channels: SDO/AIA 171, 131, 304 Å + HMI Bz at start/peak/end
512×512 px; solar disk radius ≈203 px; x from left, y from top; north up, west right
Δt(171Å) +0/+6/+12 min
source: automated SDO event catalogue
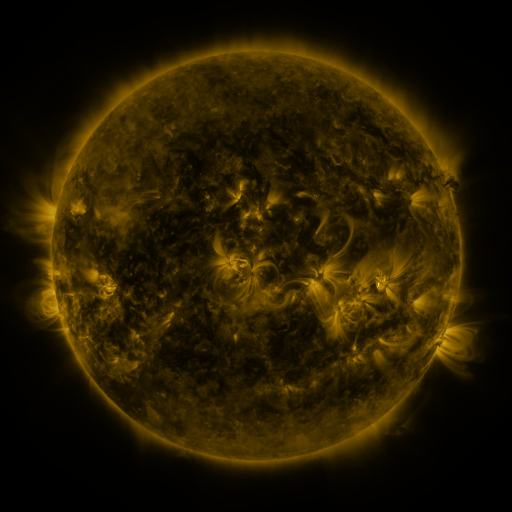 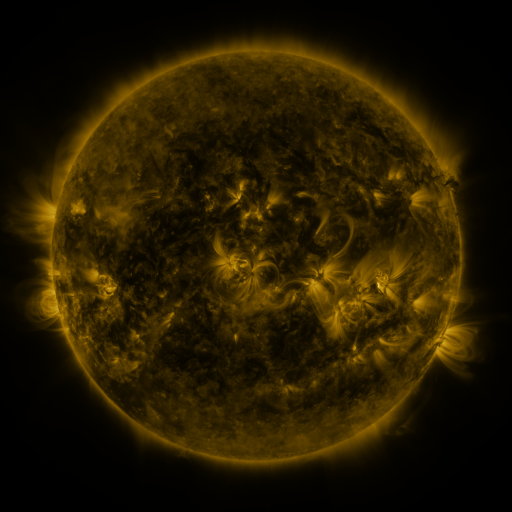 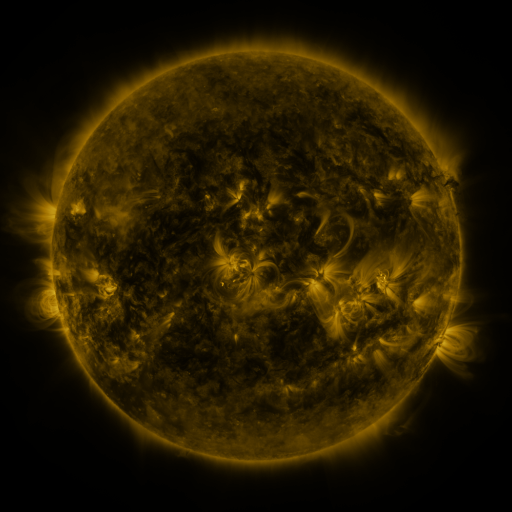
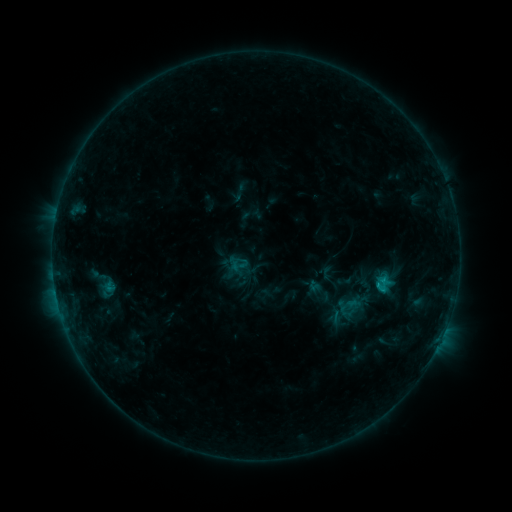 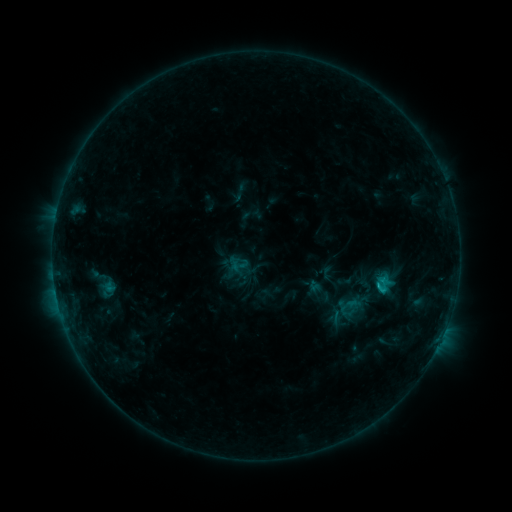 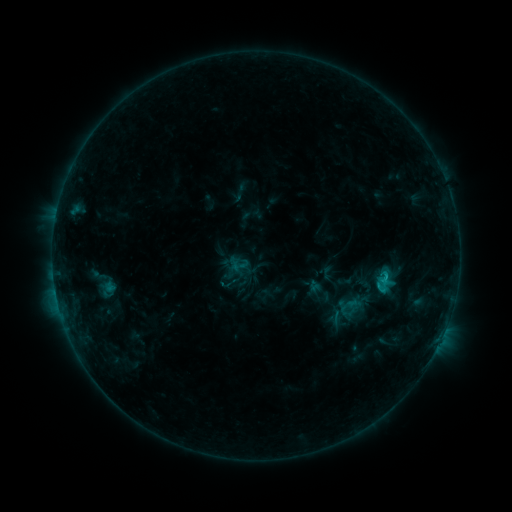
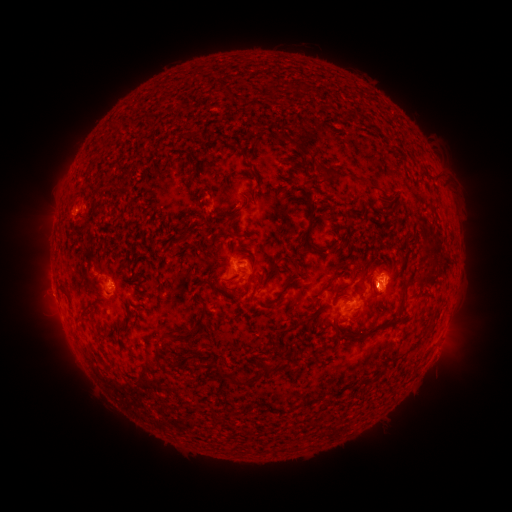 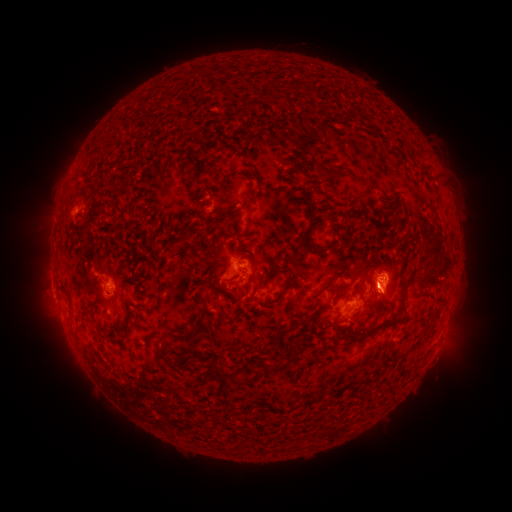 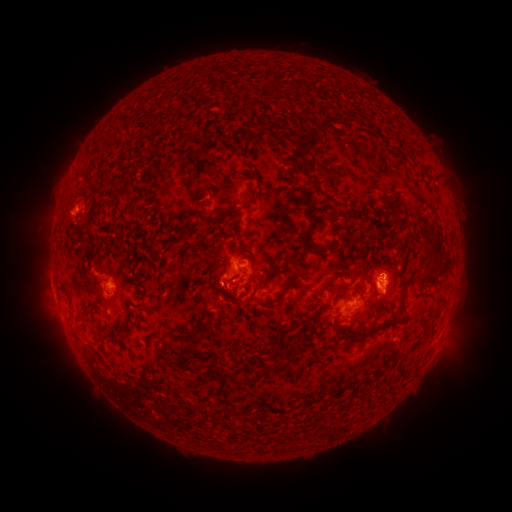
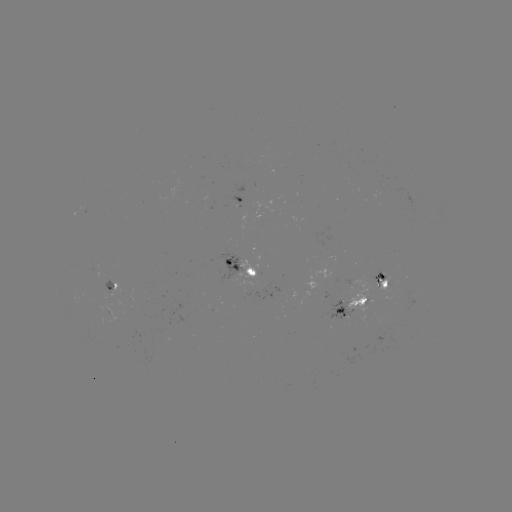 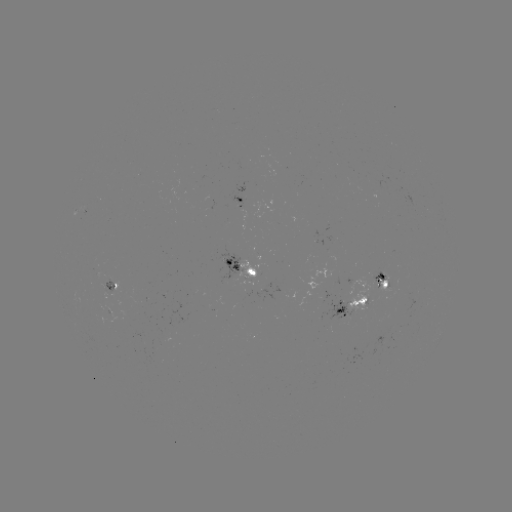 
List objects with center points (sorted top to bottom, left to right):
eruption: (385, 299)
